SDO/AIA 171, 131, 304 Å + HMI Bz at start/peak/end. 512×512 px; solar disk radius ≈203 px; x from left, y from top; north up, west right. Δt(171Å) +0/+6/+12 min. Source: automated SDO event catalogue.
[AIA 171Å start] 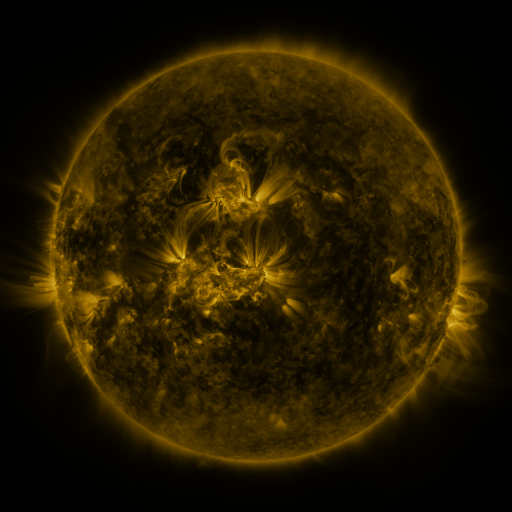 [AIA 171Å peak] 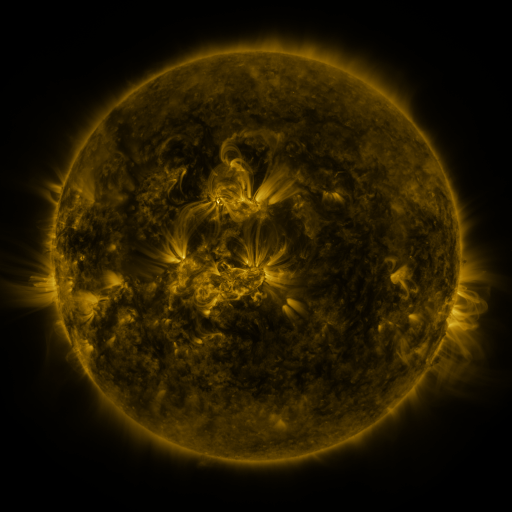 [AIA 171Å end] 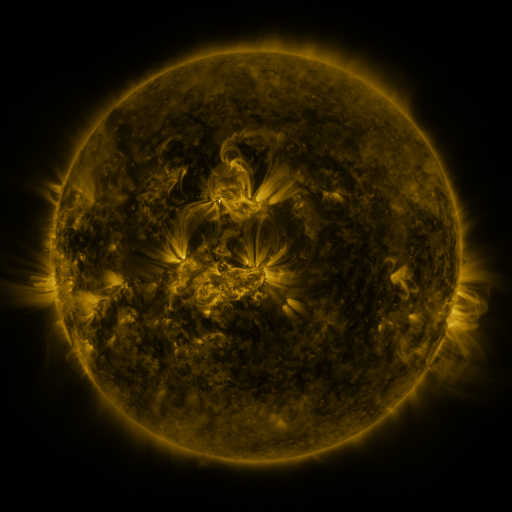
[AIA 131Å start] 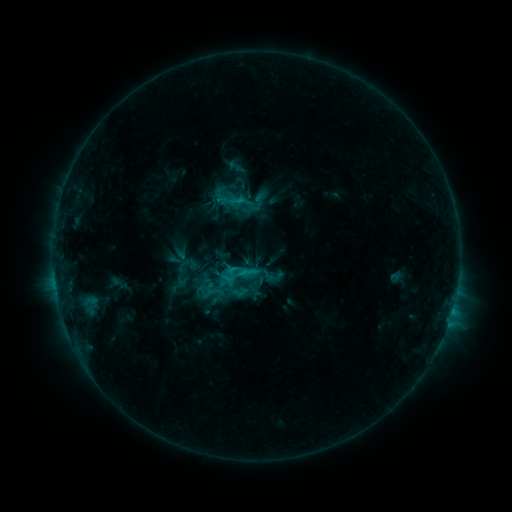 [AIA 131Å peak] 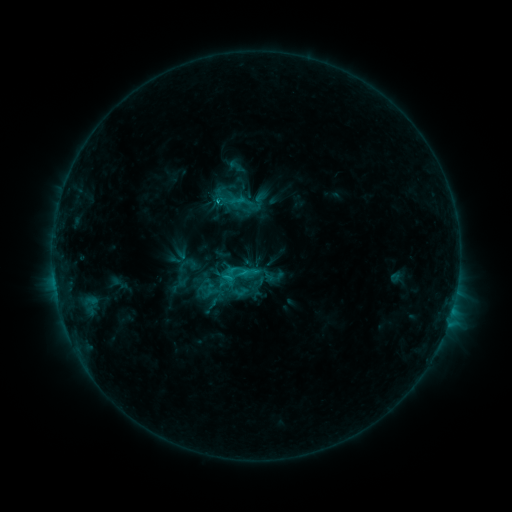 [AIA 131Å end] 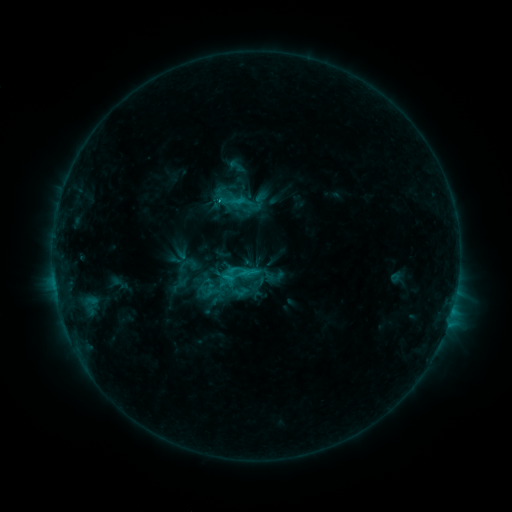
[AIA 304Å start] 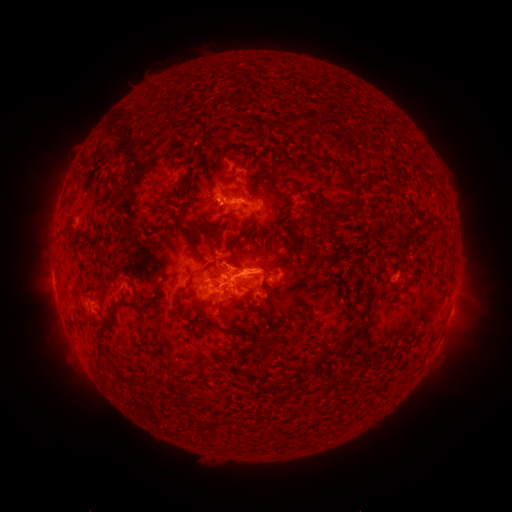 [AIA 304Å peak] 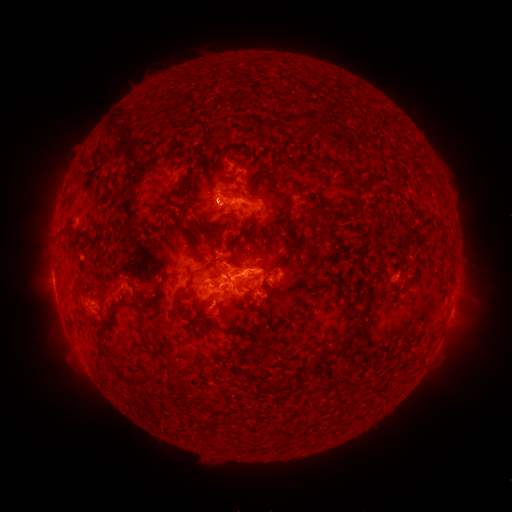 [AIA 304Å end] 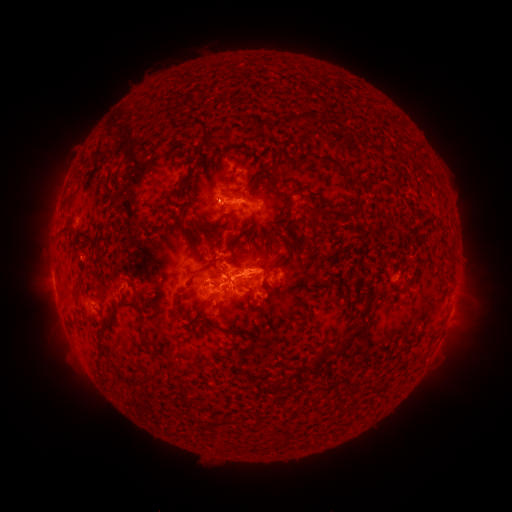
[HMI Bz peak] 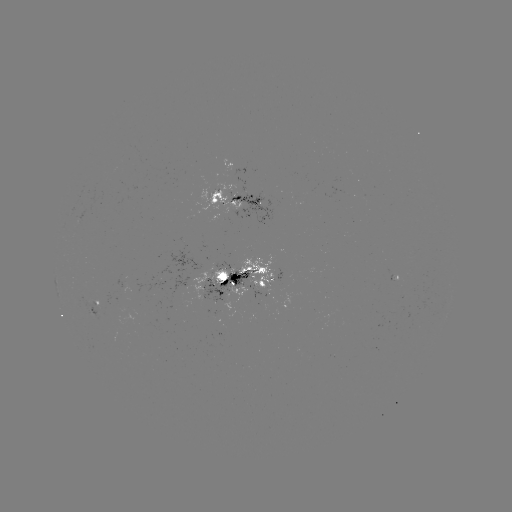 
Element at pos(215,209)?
eruption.